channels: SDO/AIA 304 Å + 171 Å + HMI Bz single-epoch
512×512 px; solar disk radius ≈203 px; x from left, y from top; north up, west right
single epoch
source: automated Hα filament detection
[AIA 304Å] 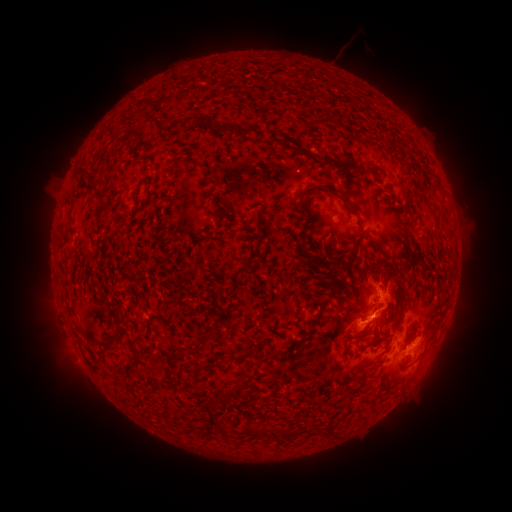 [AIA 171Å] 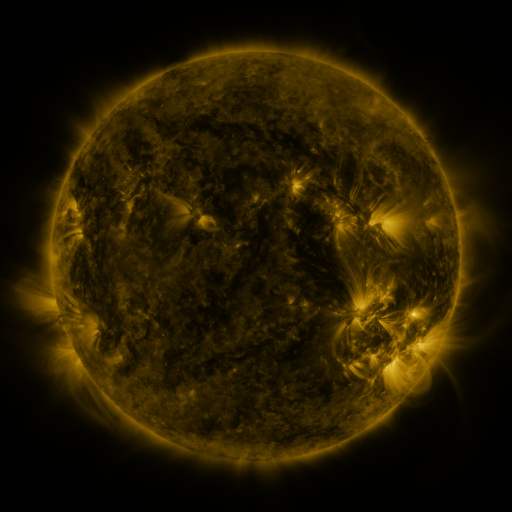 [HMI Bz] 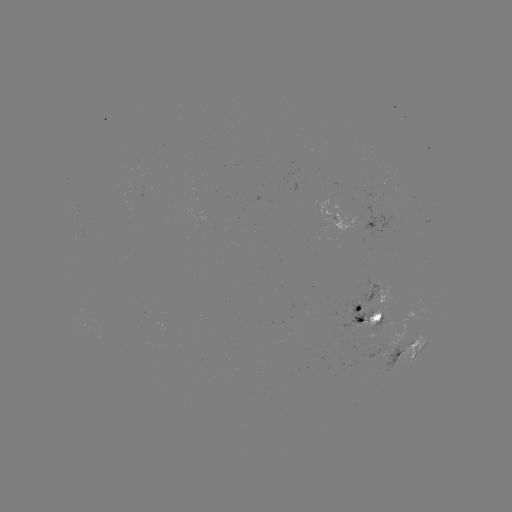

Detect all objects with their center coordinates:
filament: (148, 118)
filament: (183, 124)
filament: (210, 126)
filament: (242, 133)
filament: (273, 142)
filament: (327, 158)
filament: (358, 167)
filament: (90, 181)
filament: (339, 191)
filament: (99, 198)
filament: (305, 204)
filament: (68, 208)
filament: (107, 211)
filament: (246, 262)
filament: (233, 276)
filament: (222, 292)
filament: (314, 323)
filament: (378, 330)
filament: (208, 338)
filament: (136, 342)
filament: (113, 344)
filament: (249, 351)
filament: (214, 367)
filament: (235, 392)
filament: (258, 431)
filament: (290, 432)
